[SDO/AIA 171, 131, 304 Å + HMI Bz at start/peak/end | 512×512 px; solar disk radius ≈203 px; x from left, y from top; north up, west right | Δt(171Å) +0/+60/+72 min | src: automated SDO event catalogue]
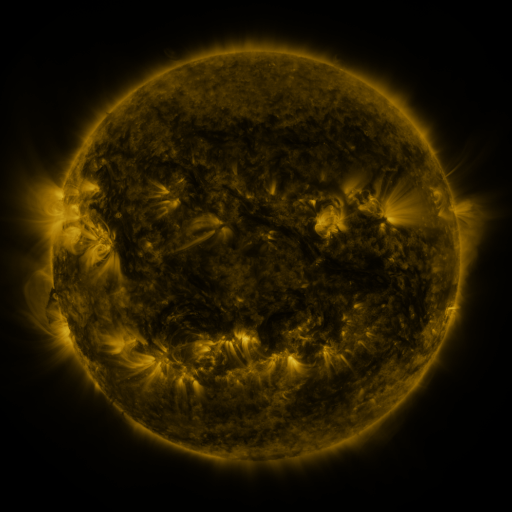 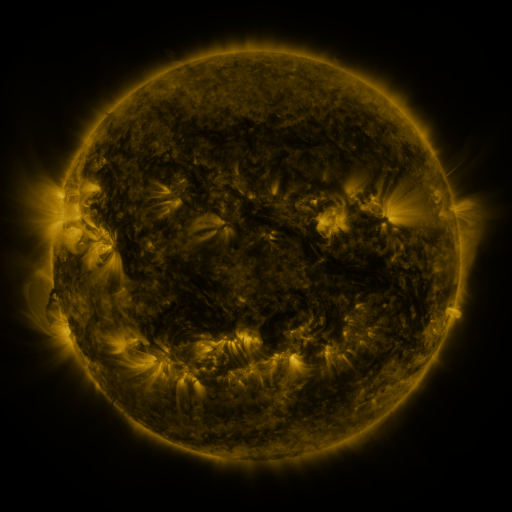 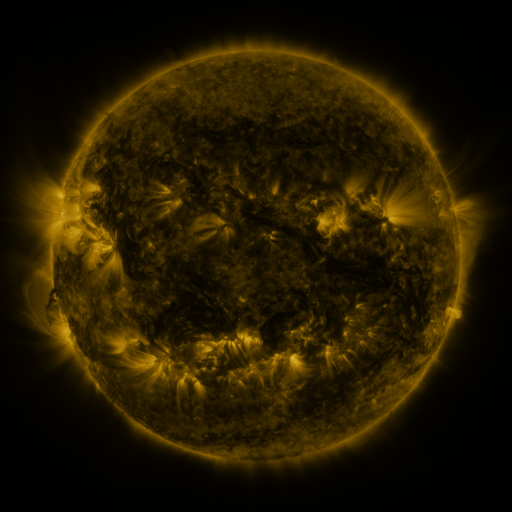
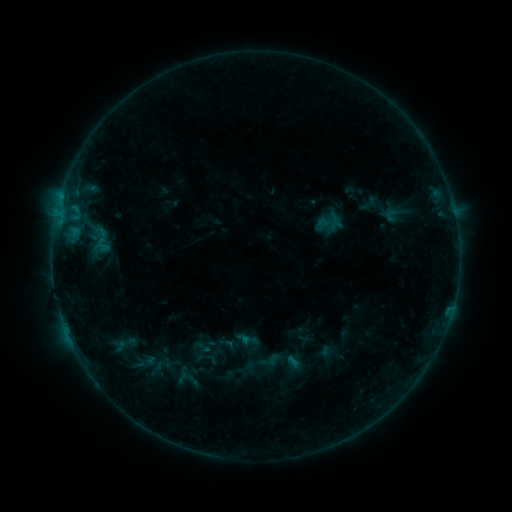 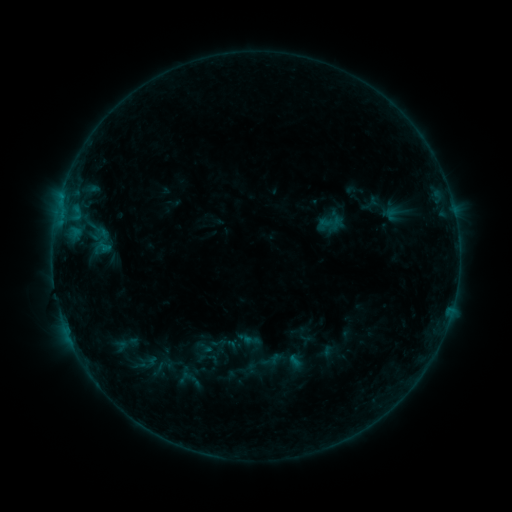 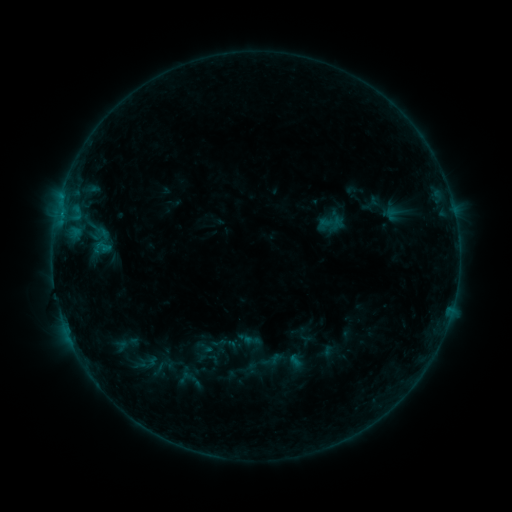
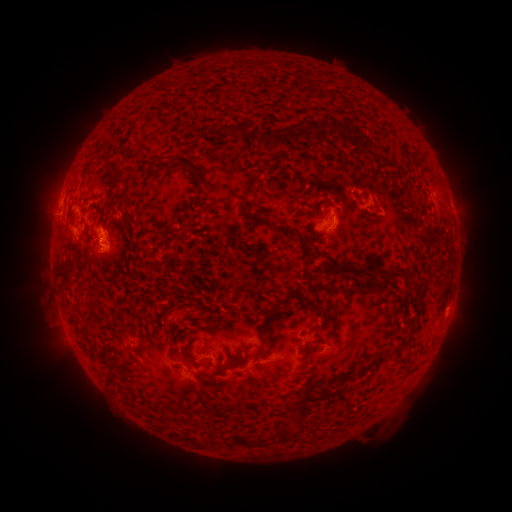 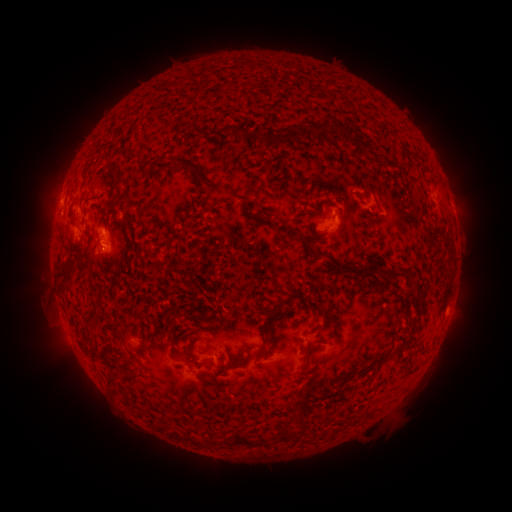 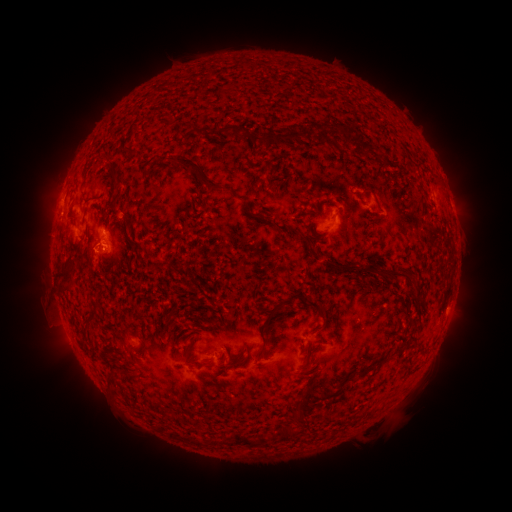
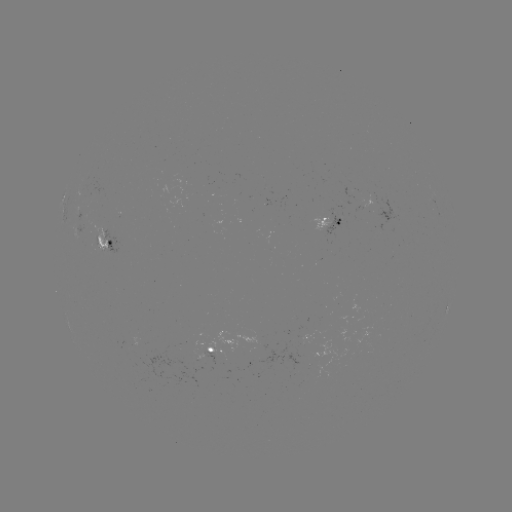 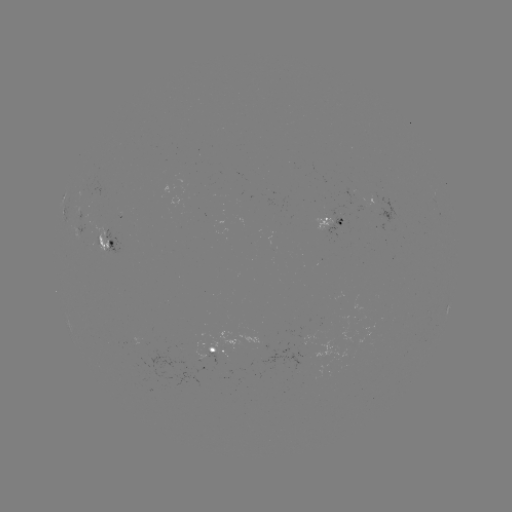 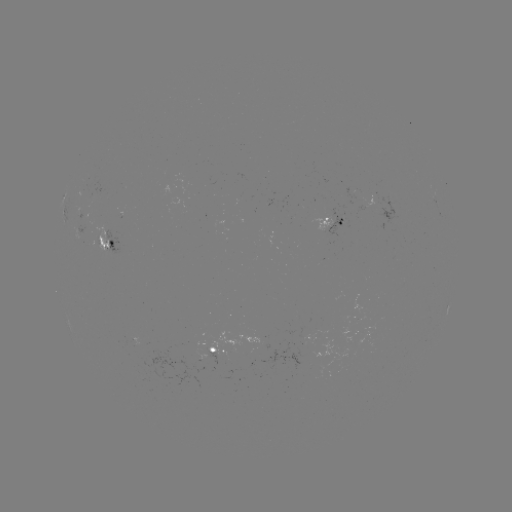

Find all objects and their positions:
emerging-flux region: (85, 221)
